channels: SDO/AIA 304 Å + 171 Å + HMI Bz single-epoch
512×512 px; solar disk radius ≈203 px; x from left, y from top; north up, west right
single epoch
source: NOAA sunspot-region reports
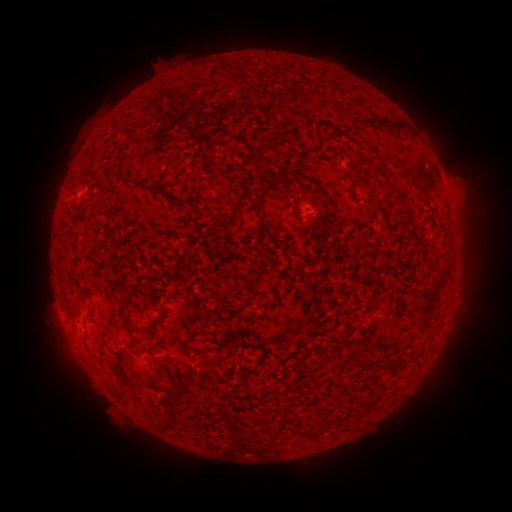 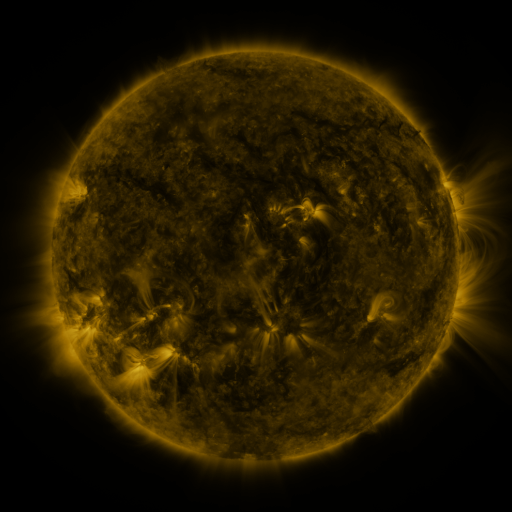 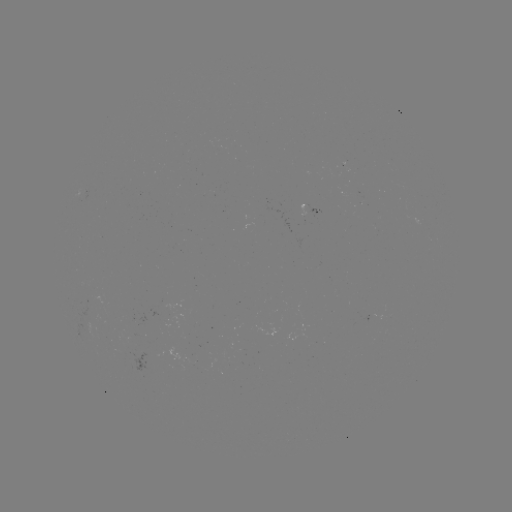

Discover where spotted active region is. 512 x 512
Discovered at [313, 209].